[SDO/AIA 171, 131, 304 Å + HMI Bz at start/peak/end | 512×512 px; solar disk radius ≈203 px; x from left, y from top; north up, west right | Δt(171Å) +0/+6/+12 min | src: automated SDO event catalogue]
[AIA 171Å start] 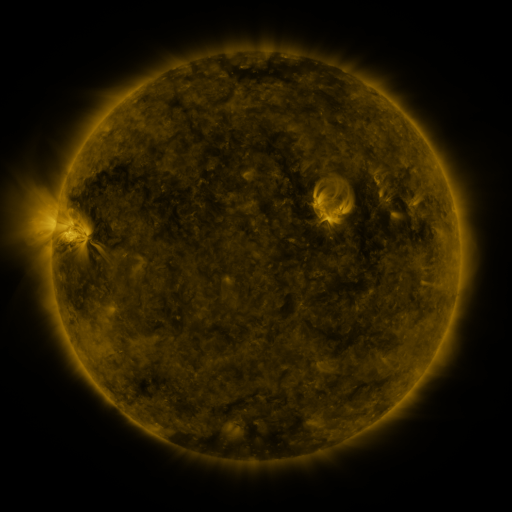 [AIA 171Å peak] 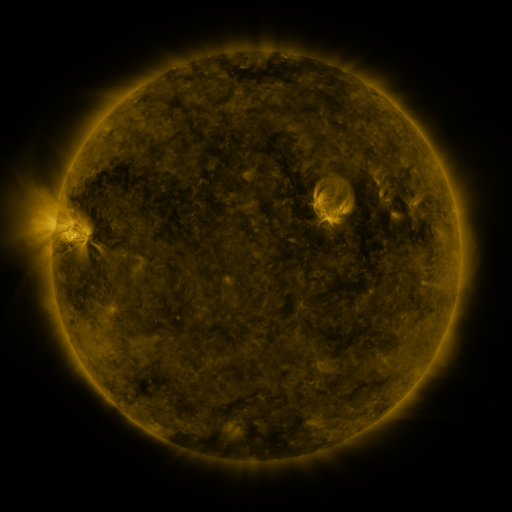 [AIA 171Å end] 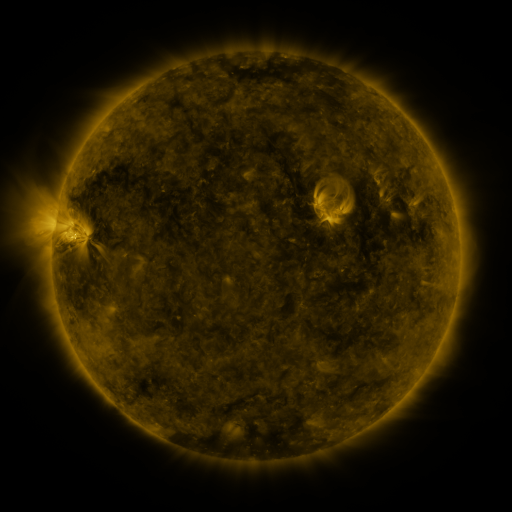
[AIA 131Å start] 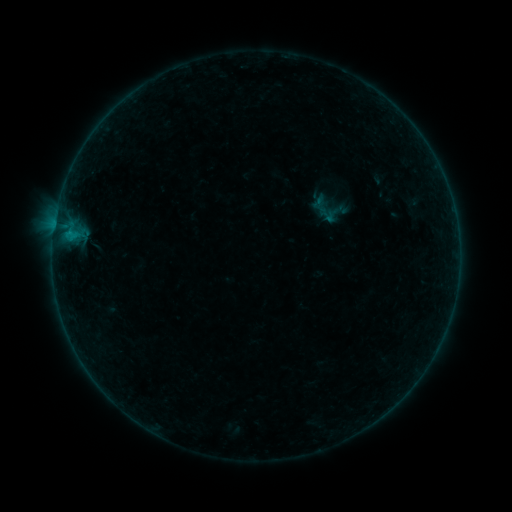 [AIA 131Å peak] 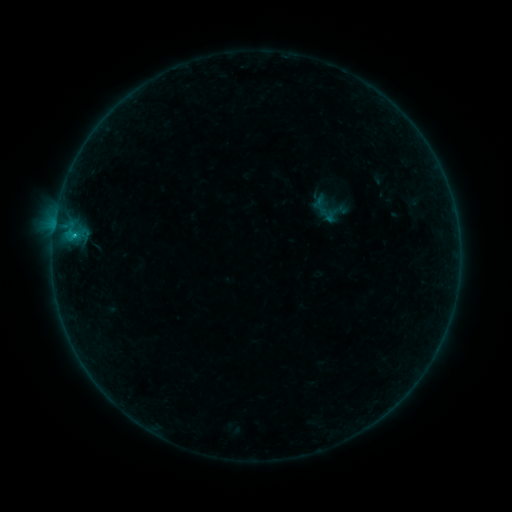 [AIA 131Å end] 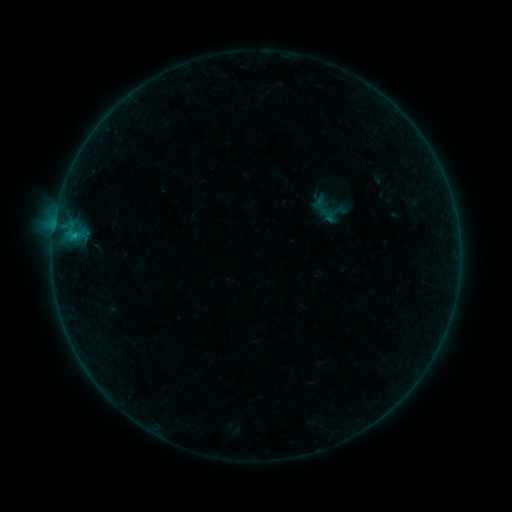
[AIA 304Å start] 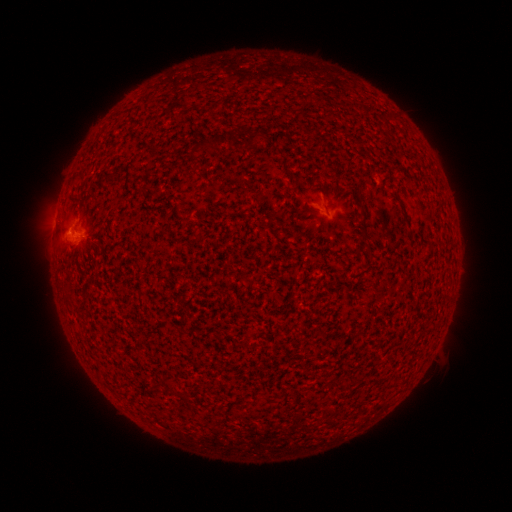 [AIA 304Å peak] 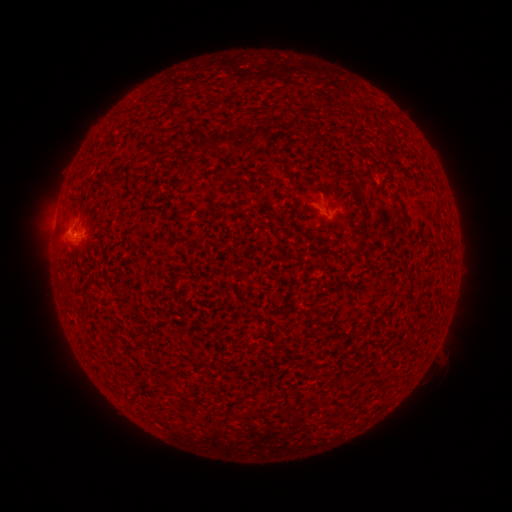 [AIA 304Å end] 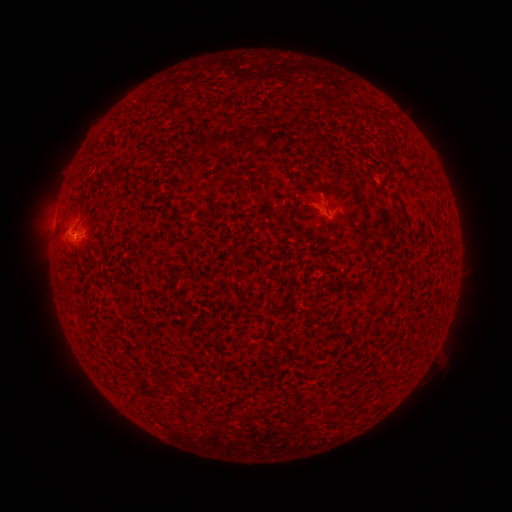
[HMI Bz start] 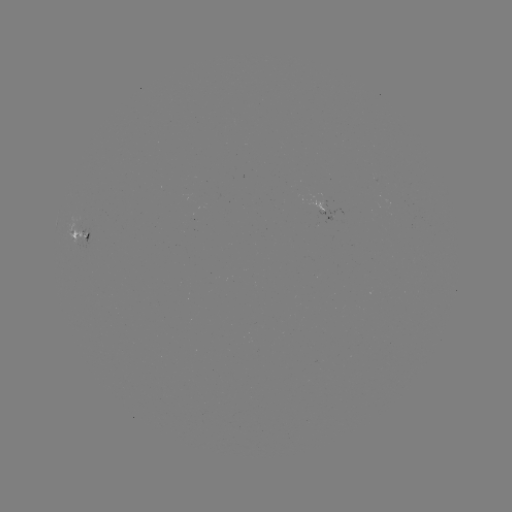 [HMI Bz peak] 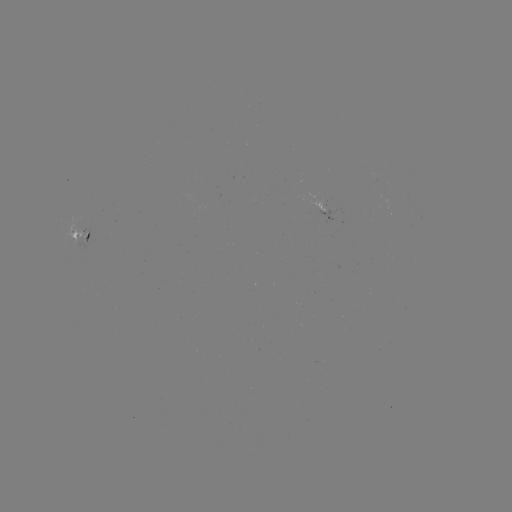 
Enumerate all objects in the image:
B4.2 flare: (75, 237)
